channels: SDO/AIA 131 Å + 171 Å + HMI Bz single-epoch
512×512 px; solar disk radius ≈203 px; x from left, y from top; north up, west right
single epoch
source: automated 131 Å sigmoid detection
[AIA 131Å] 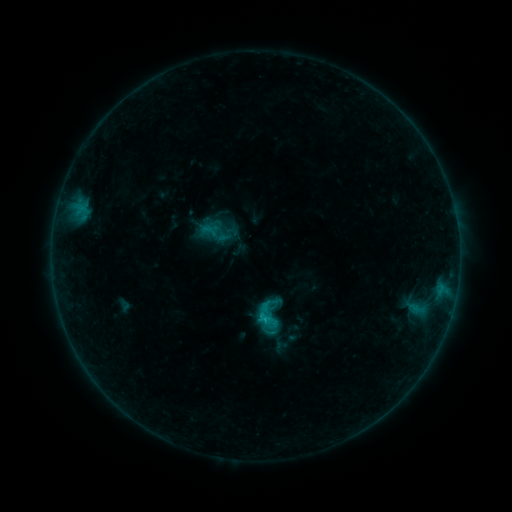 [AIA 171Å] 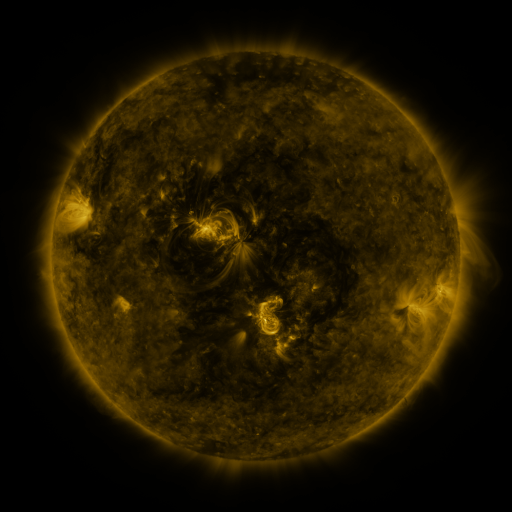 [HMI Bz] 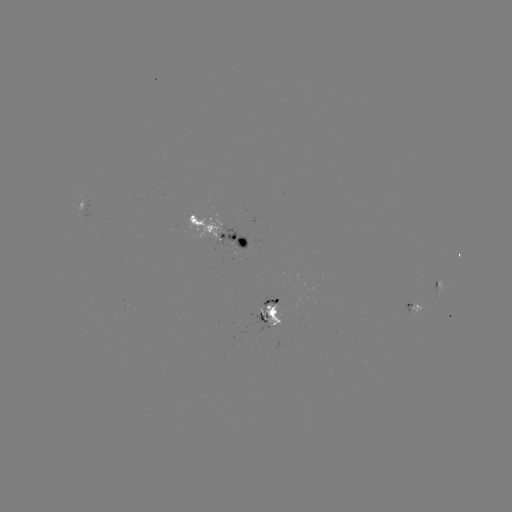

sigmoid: <bbox>245, 291, 294, 340</bbox>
